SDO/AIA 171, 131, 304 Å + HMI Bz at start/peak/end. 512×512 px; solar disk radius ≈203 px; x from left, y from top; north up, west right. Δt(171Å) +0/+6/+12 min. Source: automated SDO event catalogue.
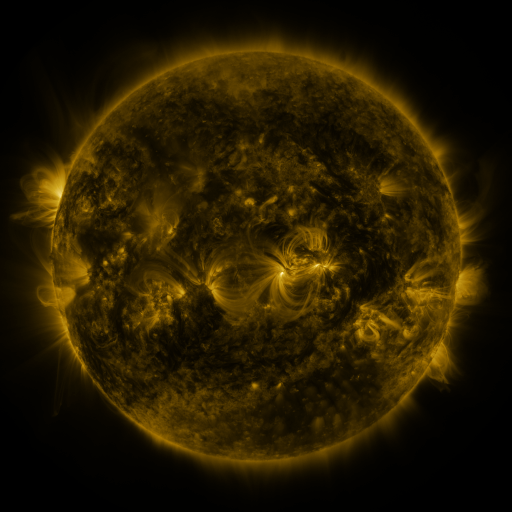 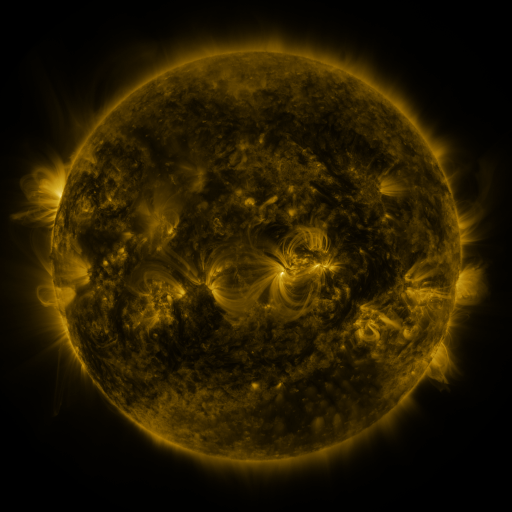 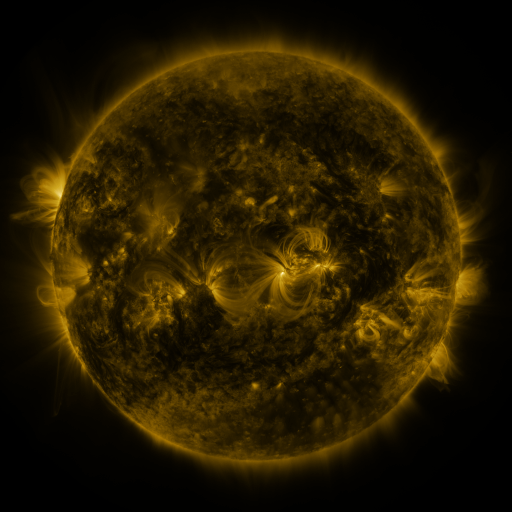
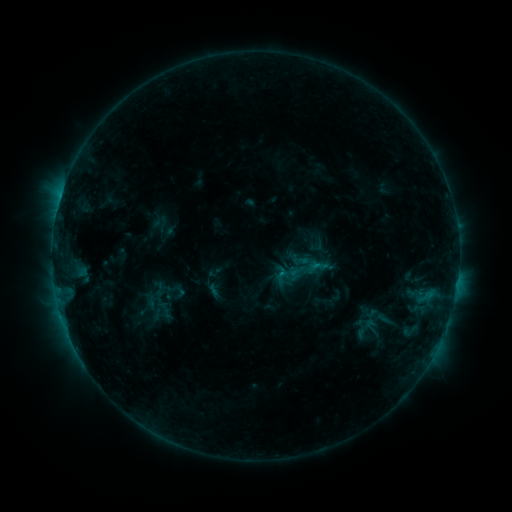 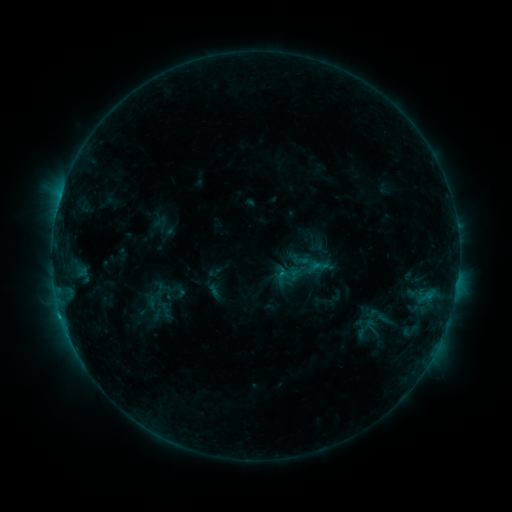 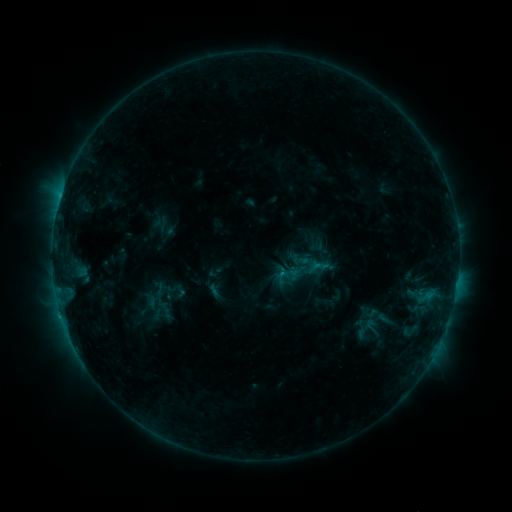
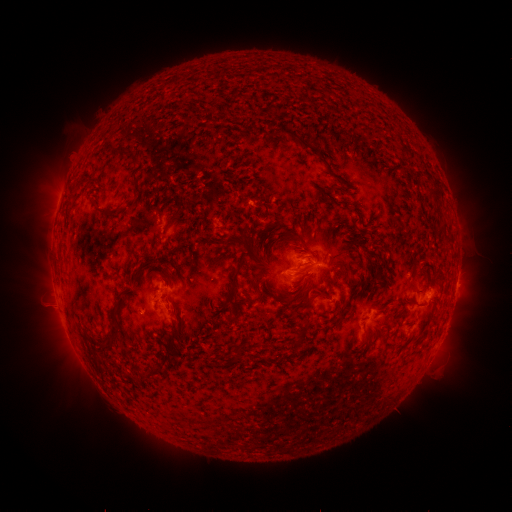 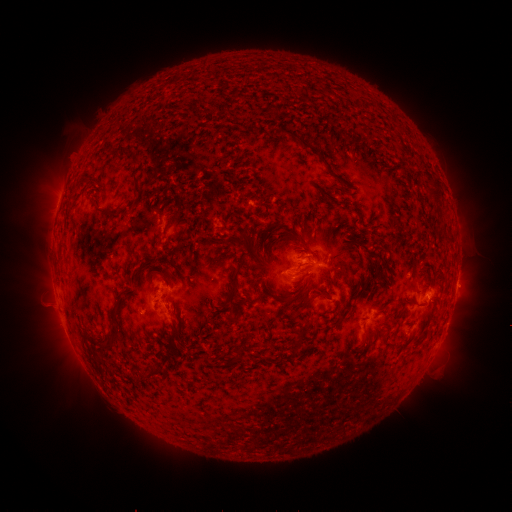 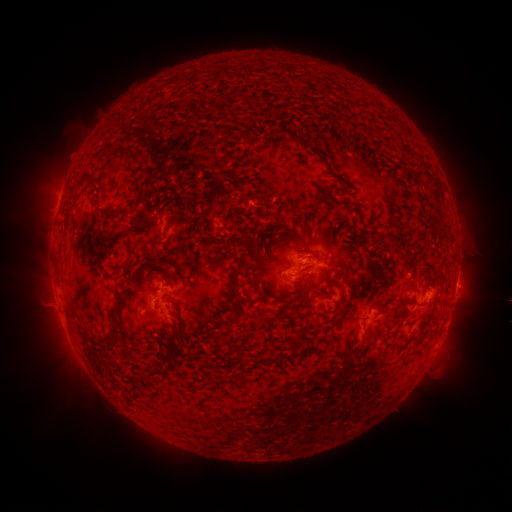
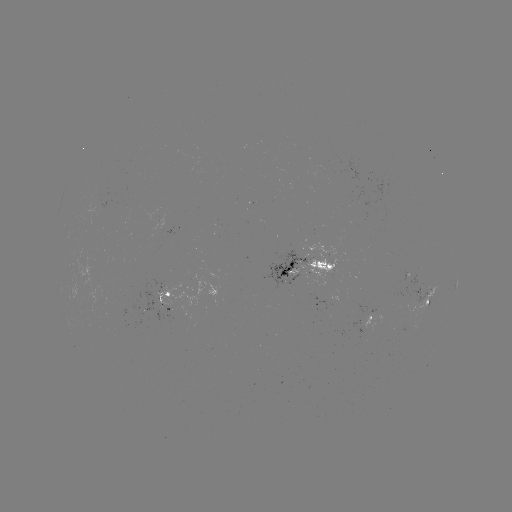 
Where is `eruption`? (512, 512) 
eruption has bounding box [36, 311, 89, 363].